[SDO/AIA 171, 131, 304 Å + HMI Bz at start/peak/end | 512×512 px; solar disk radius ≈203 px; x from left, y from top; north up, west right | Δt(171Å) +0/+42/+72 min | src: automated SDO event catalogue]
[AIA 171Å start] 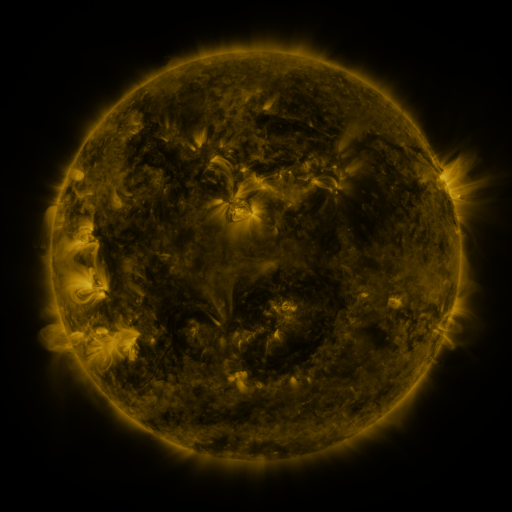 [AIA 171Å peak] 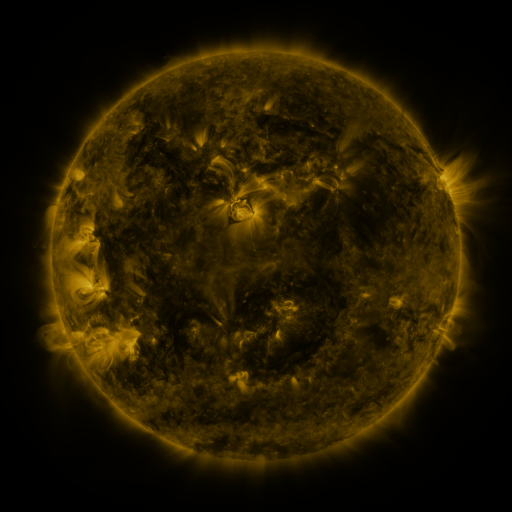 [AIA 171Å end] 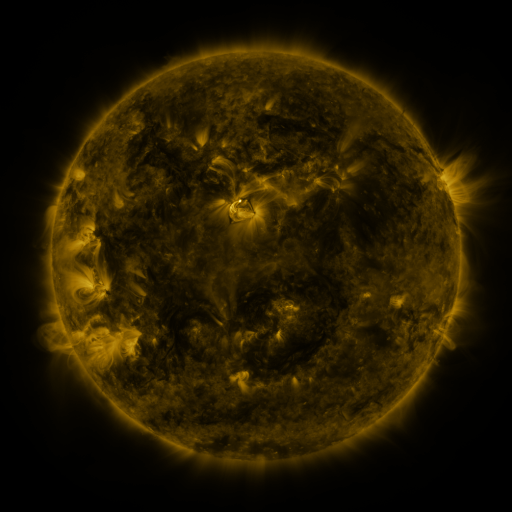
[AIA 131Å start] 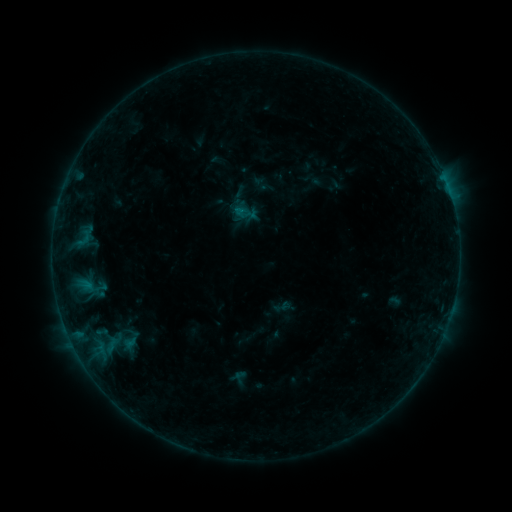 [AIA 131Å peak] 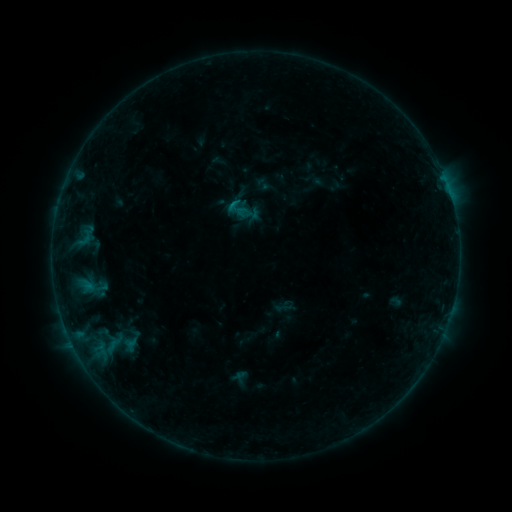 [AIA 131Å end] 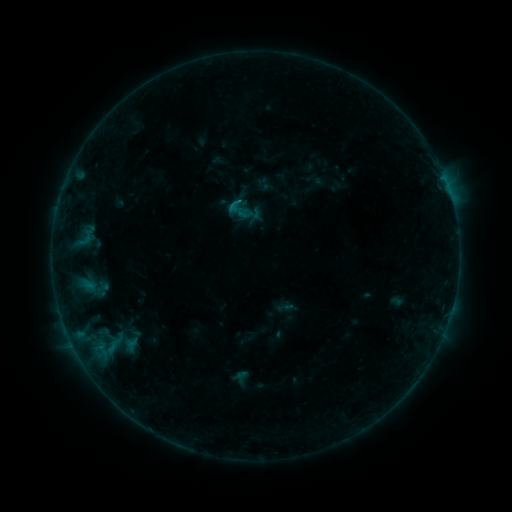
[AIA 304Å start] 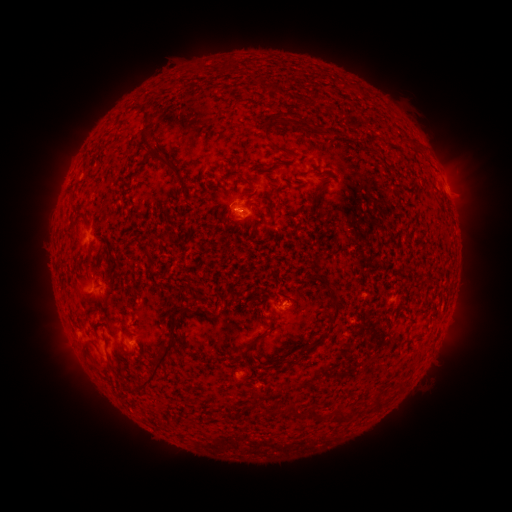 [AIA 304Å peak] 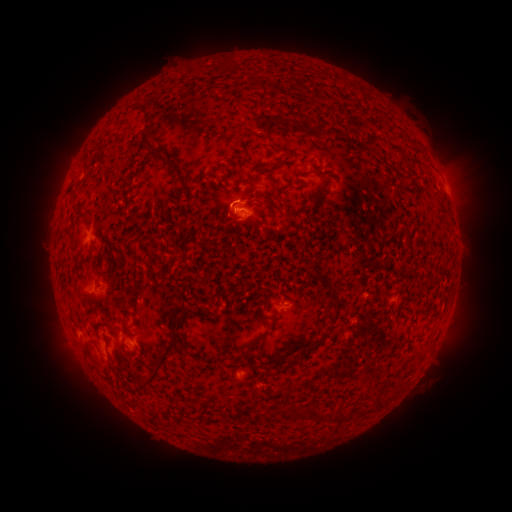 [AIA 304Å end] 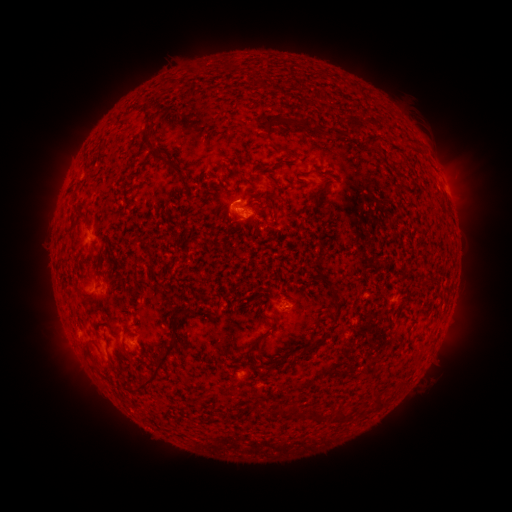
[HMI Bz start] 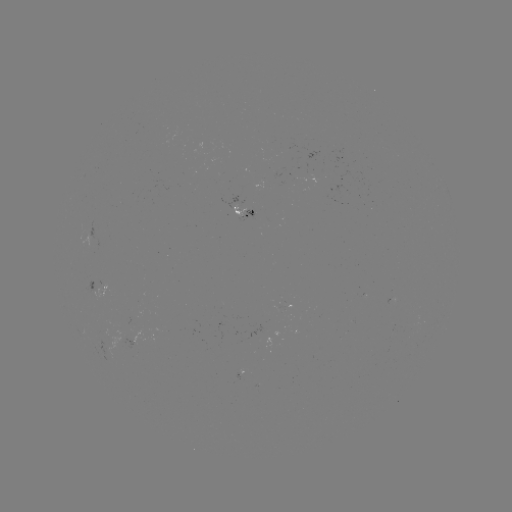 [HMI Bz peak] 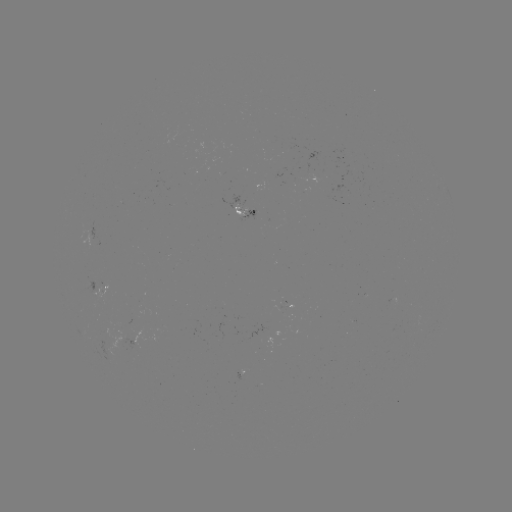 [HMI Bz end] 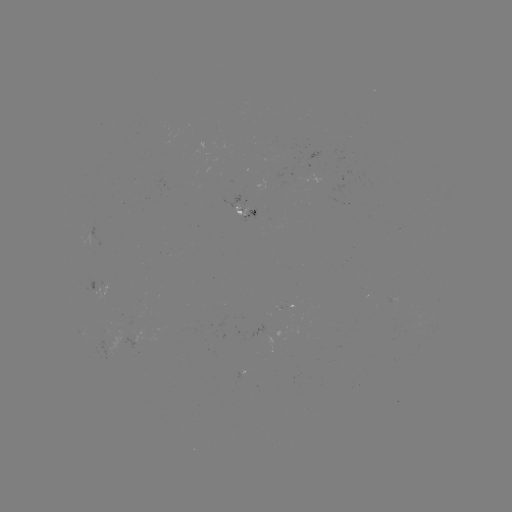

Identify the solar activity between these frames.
B5.1 flare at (234, 207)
